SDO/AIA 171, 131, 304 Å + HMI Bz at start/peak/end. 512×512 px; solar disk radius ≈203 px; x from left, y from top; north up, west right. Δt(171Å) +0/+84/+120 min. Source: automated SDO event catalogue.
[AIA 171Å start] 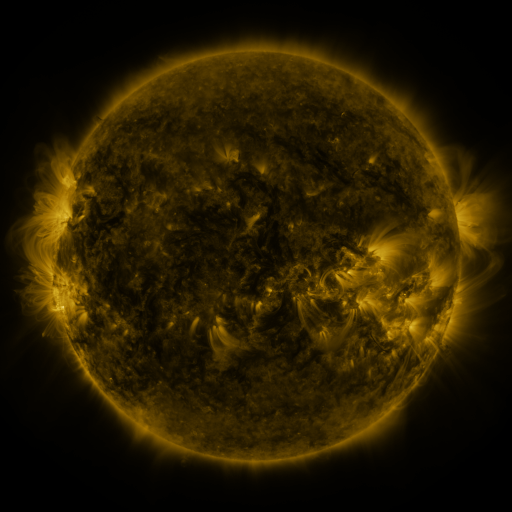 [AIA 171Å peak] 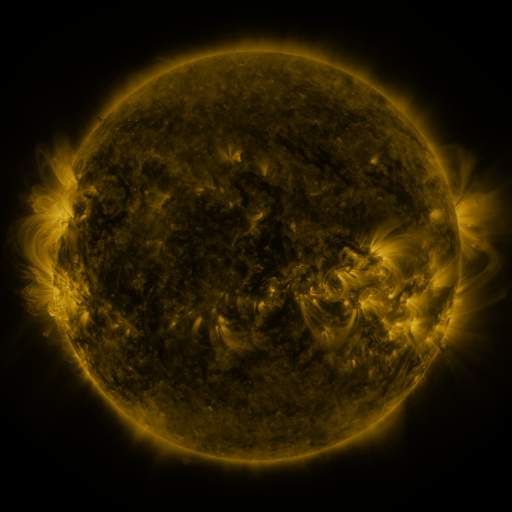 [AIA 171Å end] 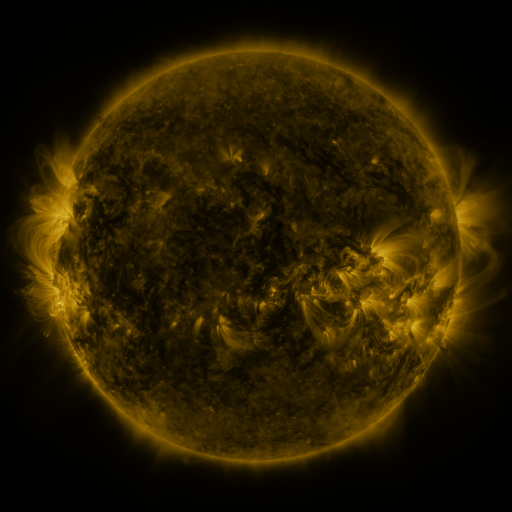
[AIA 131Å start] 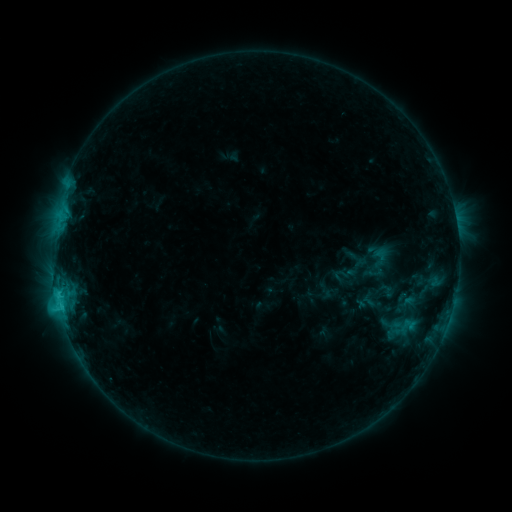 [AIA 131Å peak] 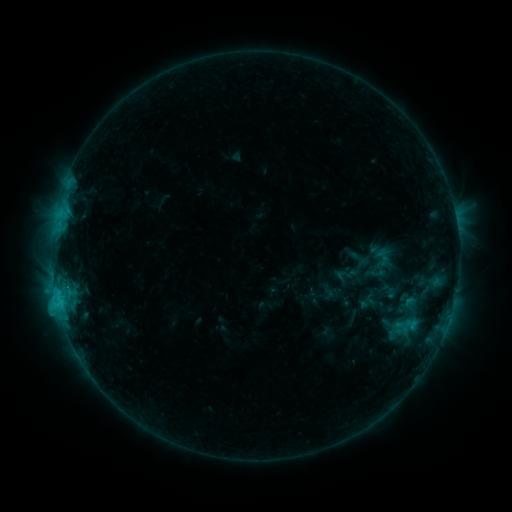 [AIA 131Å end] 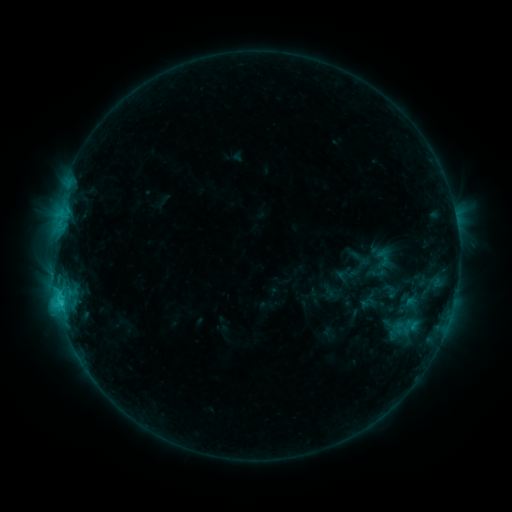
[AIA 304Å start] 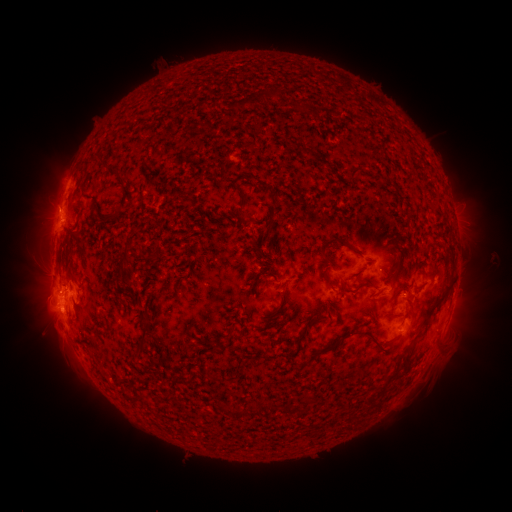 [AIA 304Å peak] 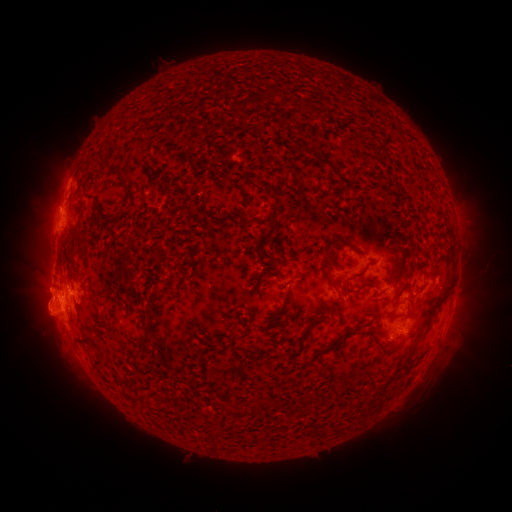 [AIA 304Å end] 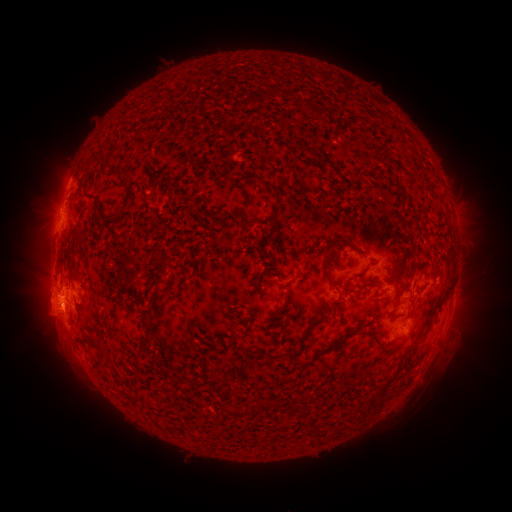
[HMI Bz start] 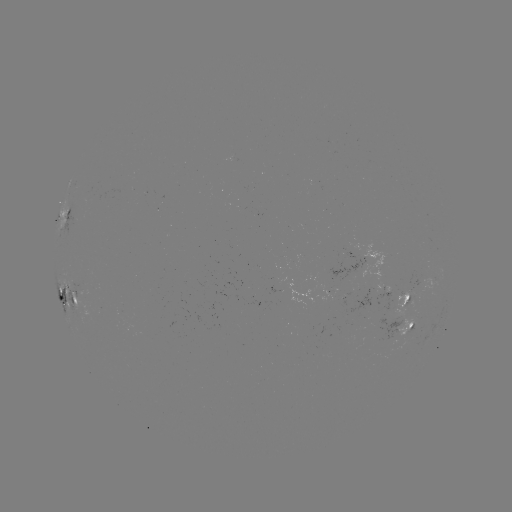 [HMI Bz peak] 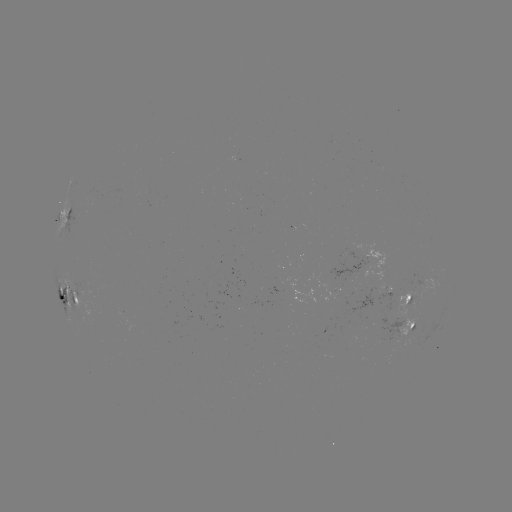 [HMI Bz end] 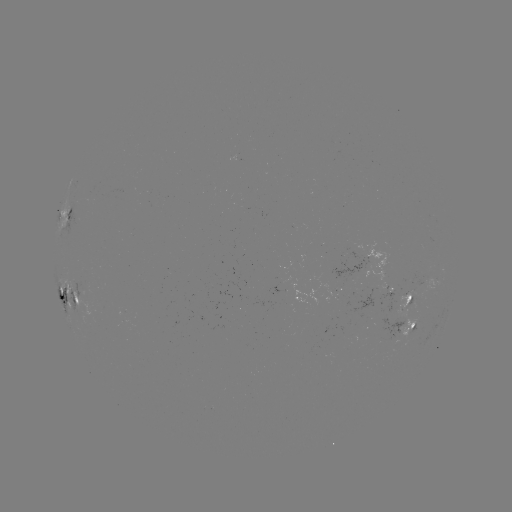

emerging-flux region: [391, 290, 417, 338]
